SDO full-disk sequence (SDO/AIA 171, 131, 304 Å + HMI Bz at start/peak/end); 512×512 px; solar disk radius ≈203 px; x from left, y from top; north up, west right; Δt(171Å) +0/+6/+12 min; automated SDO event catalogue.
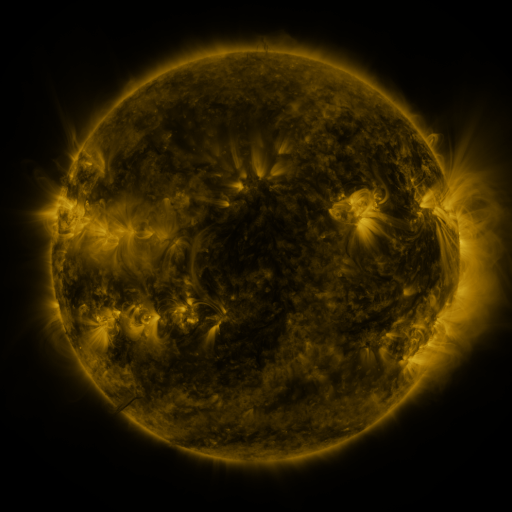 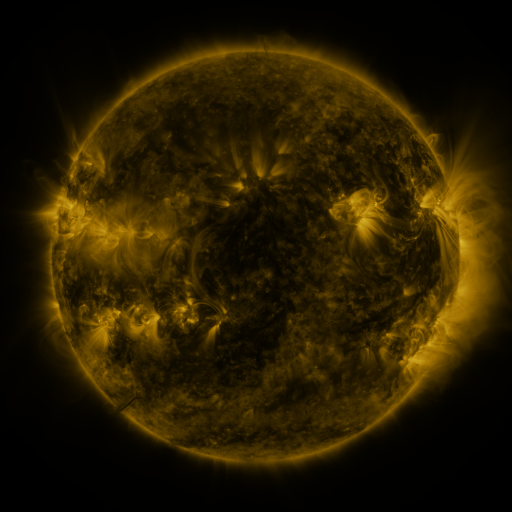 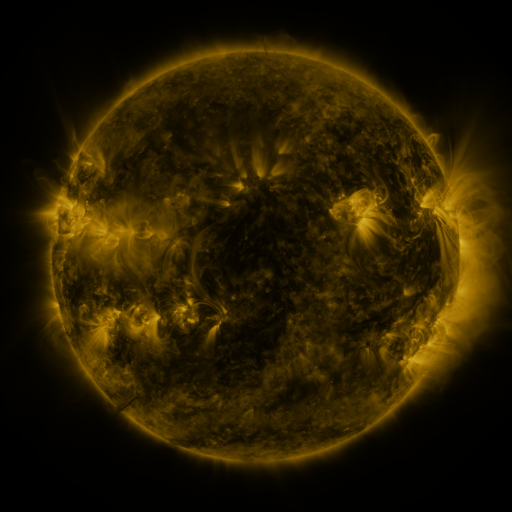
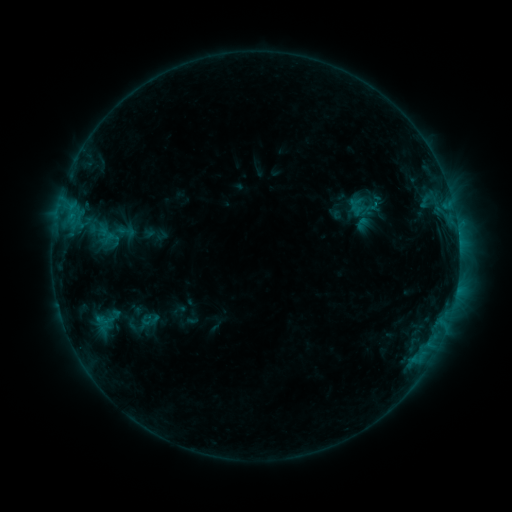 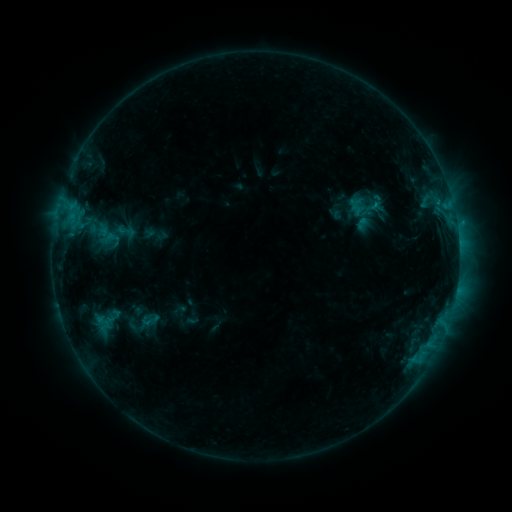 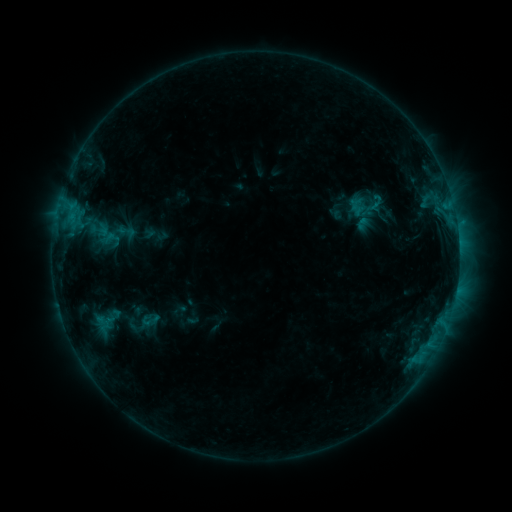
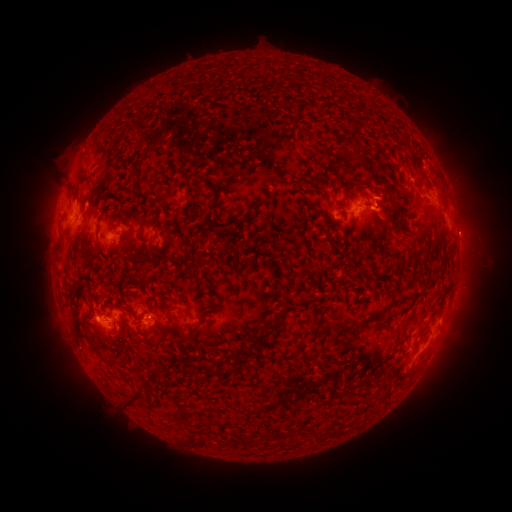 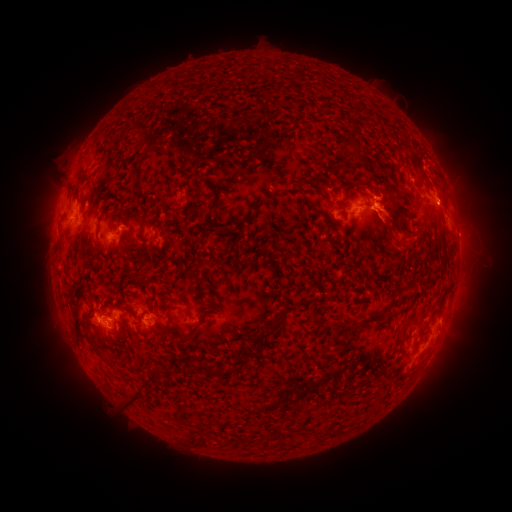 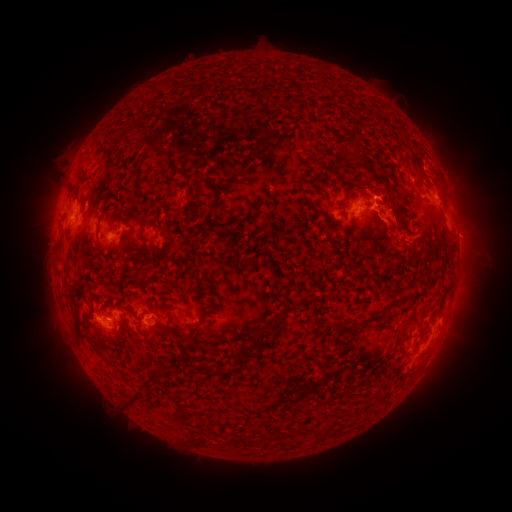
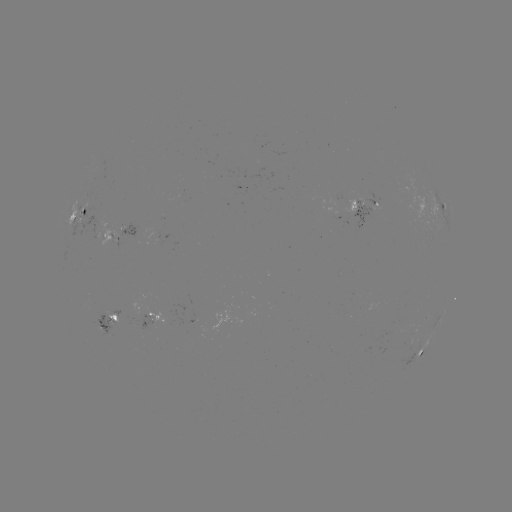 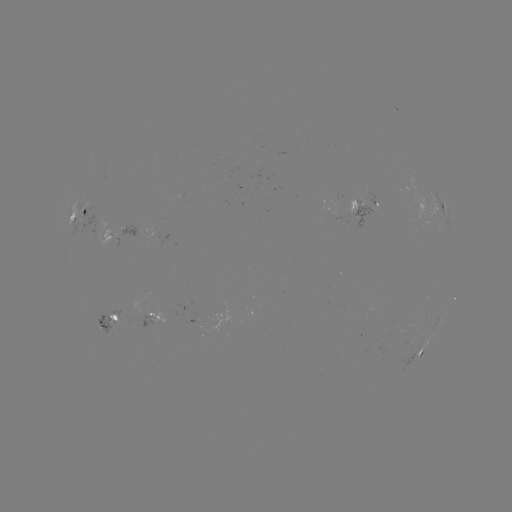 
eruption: <bbox>358, 176, 489, 253</bbox>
